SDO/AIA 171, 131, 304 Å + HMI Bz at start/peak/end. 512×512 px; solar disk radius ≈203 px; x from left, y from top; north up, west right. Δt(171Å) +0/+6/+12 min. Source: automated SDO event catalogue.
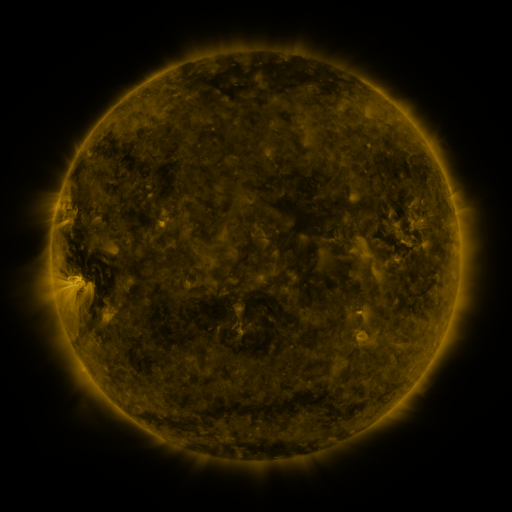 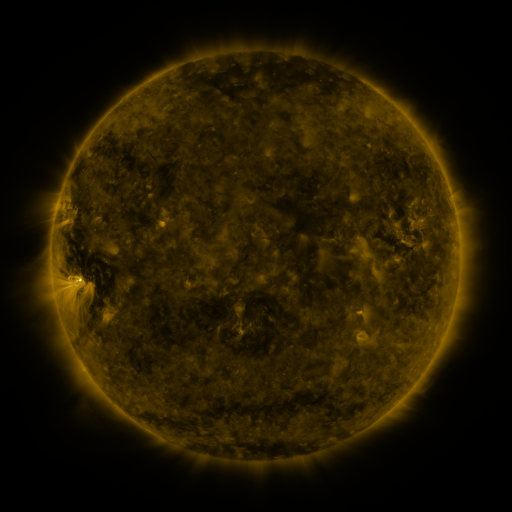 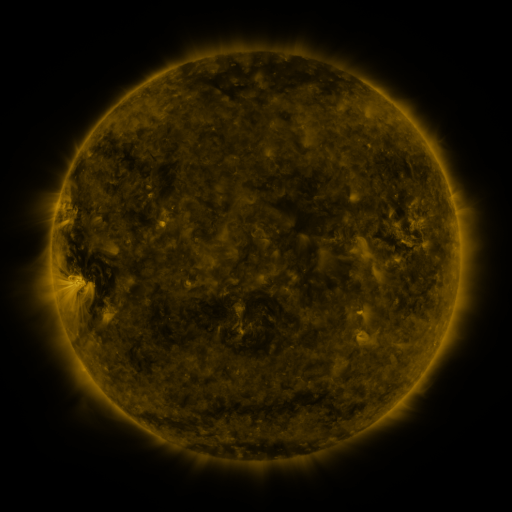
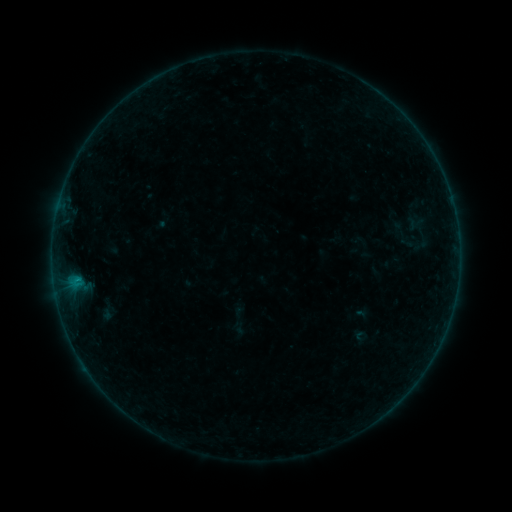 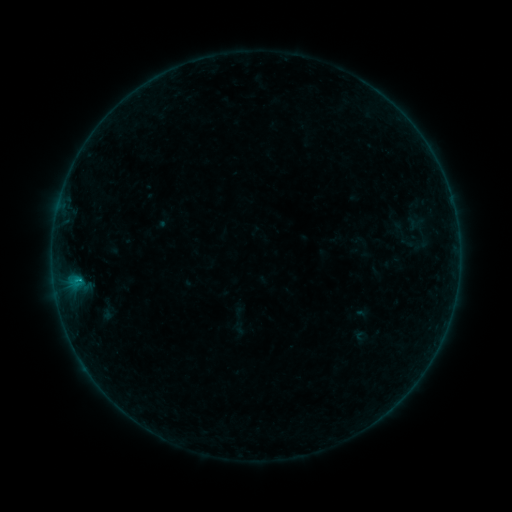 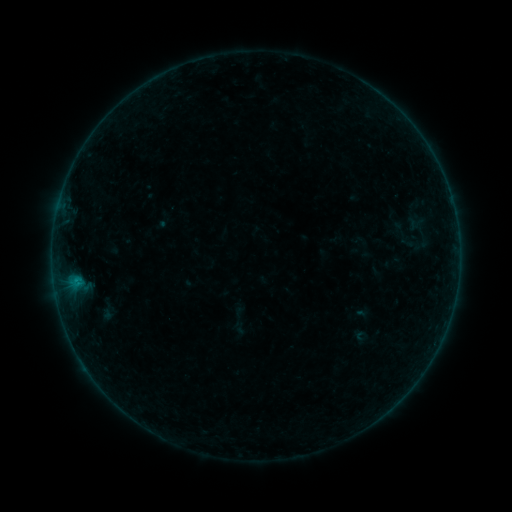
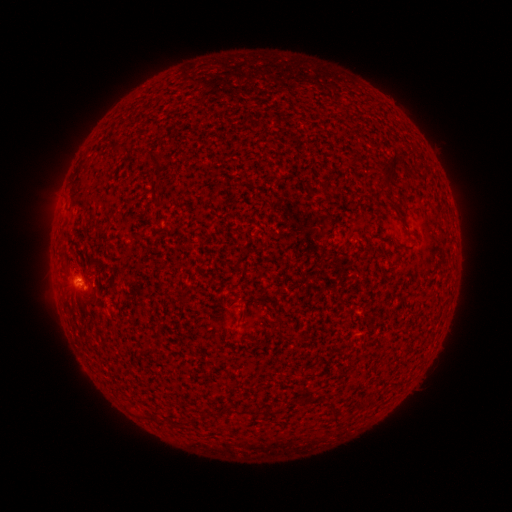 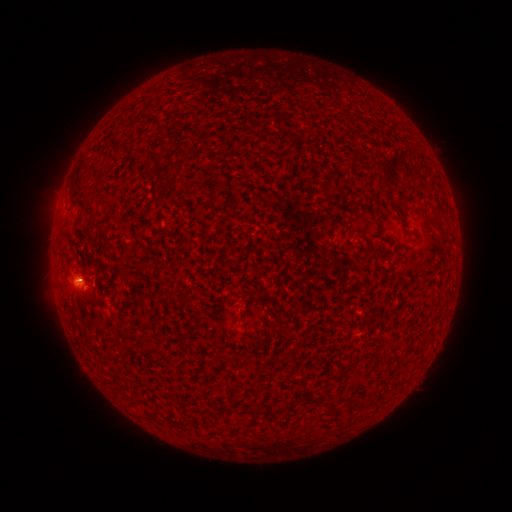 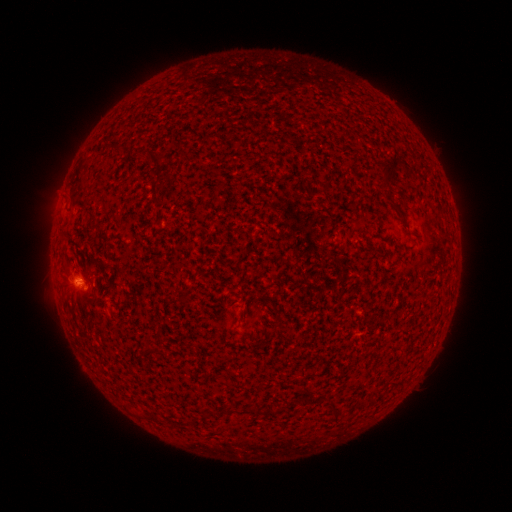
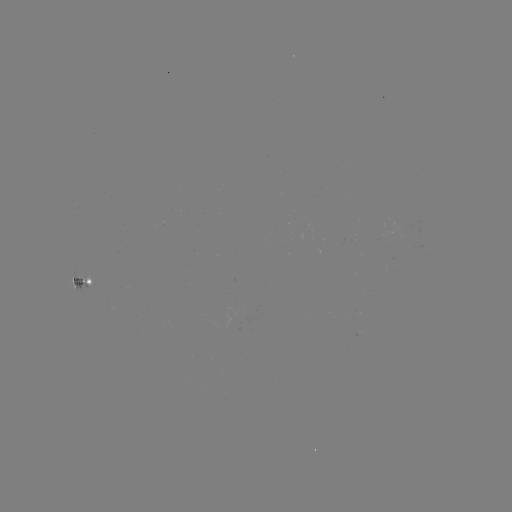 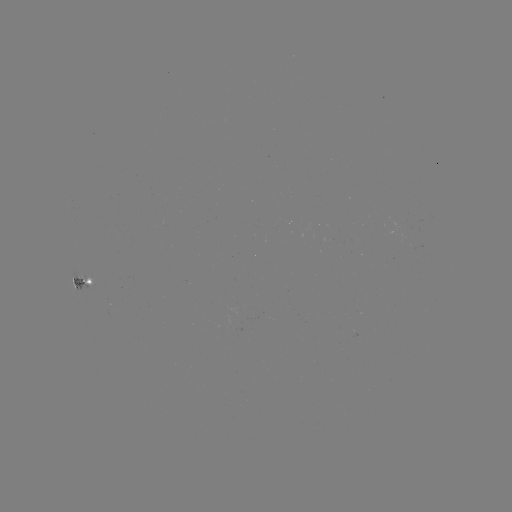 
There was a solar flare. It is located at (78, 279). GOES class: B2.5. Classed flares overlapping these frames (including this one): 1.